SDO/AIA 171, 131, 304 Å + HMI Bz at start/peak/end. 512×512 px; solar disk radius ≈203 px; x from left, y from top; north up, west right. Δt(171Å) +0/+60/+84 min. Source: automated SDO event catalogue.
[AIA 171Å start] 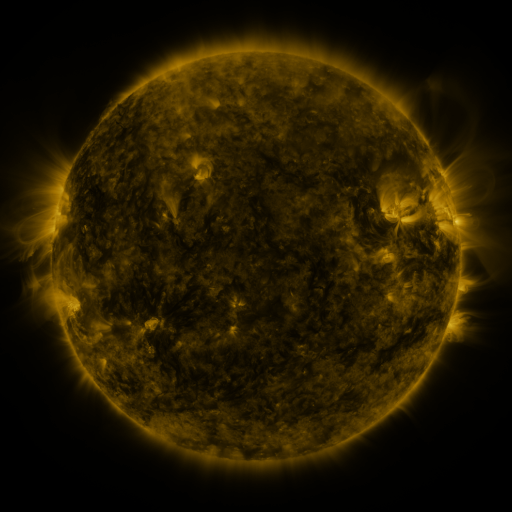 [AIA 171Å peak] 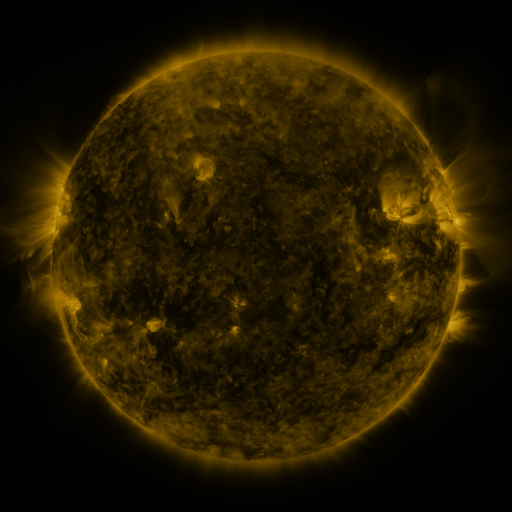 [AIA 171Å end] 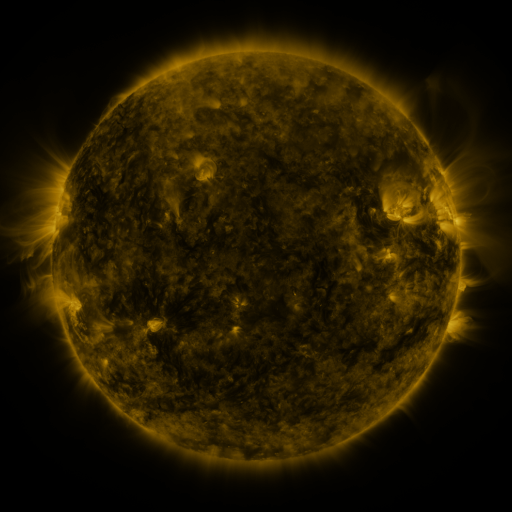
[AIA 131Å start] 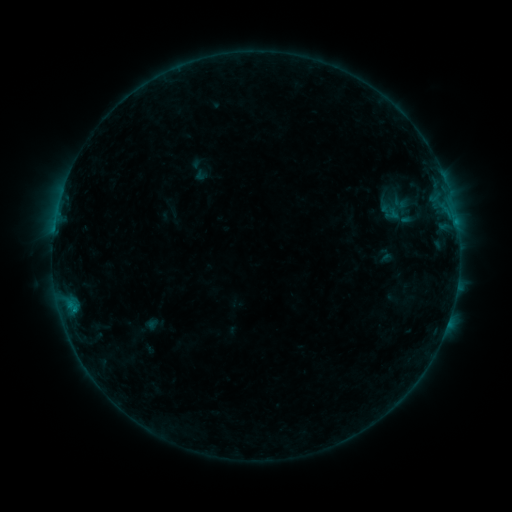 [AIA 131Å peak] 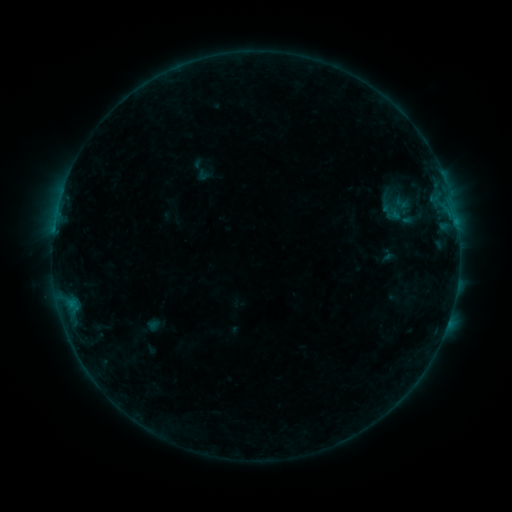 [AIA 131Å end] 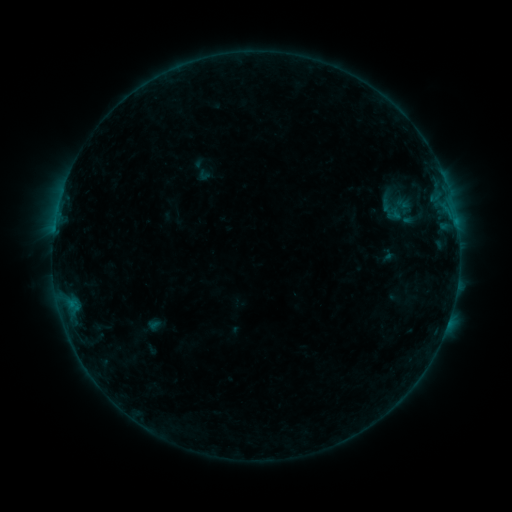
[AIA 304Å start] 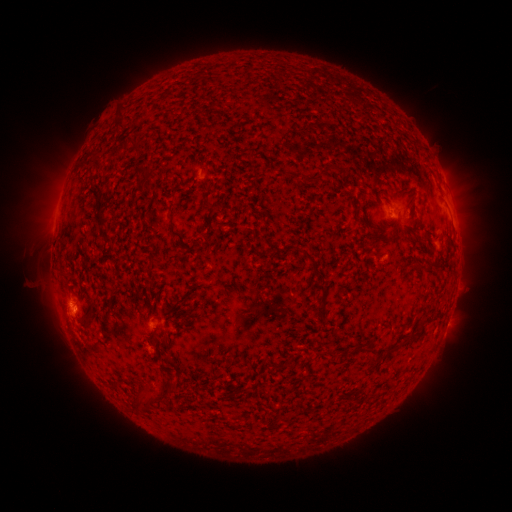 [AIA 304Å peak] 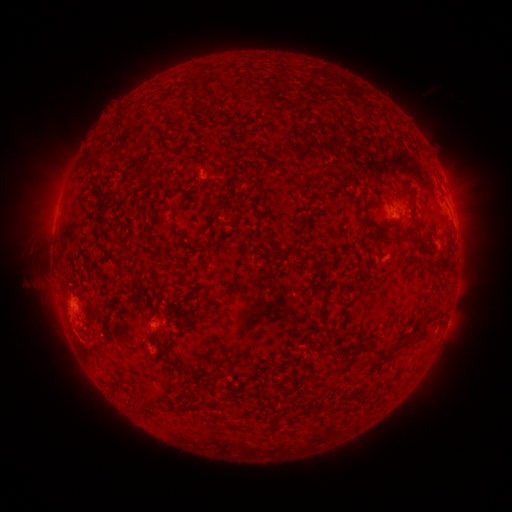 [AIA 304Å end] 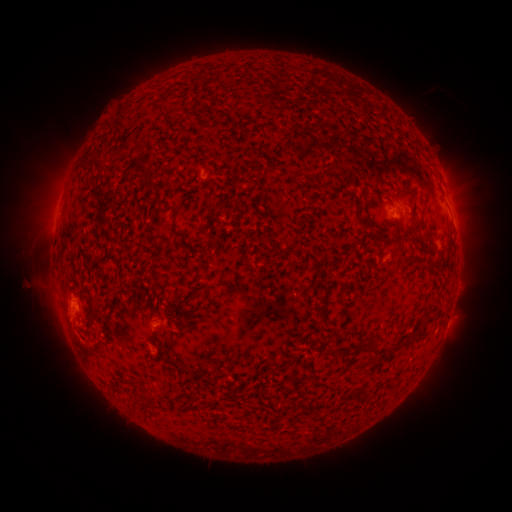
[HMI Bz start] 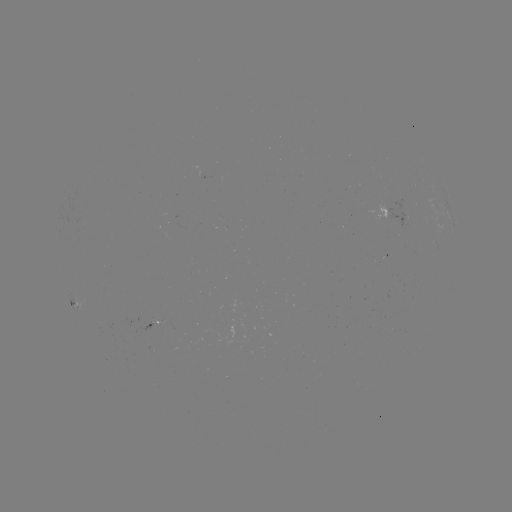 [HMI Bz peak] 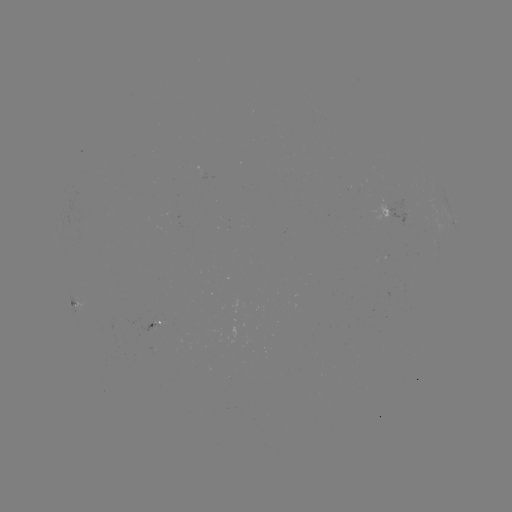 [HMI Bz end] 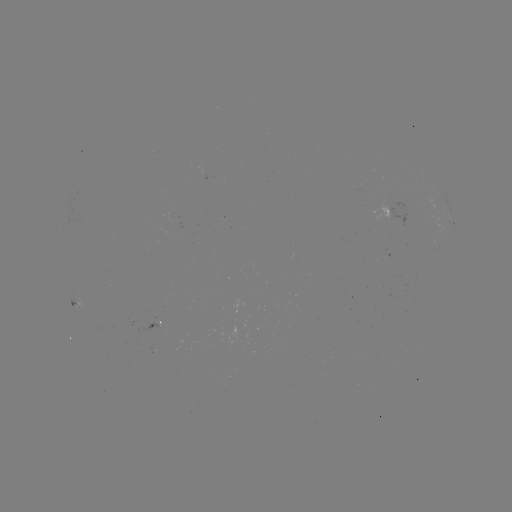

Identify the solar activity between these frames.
emerging-flux region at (152, 326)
